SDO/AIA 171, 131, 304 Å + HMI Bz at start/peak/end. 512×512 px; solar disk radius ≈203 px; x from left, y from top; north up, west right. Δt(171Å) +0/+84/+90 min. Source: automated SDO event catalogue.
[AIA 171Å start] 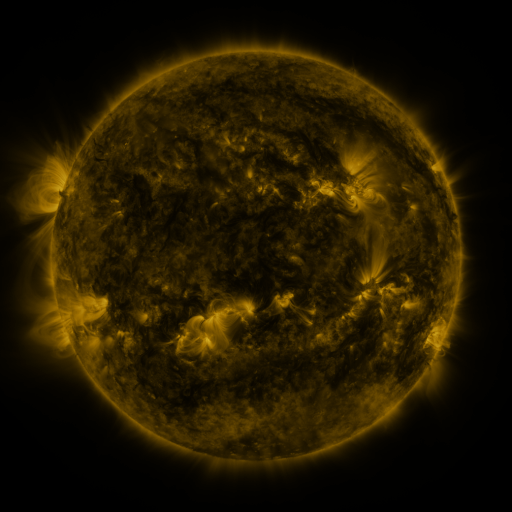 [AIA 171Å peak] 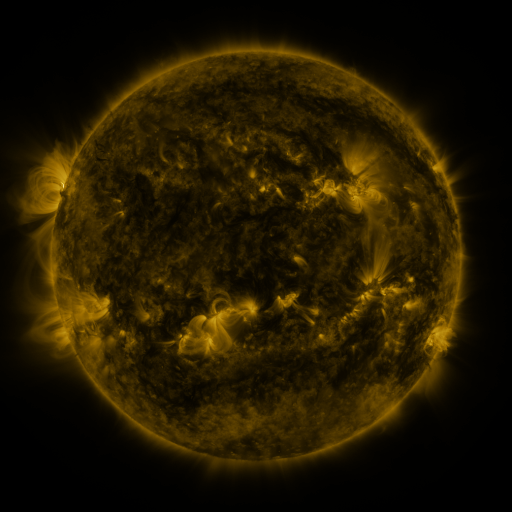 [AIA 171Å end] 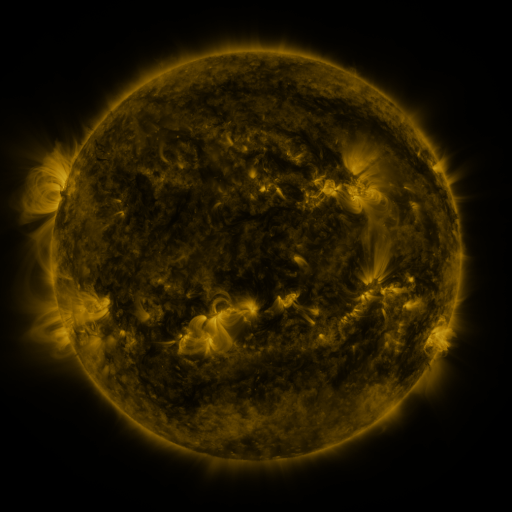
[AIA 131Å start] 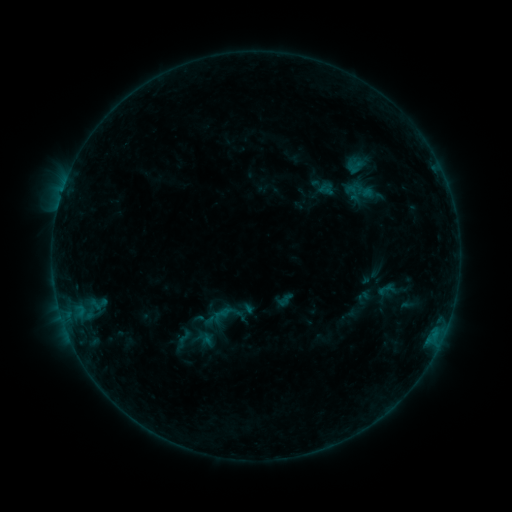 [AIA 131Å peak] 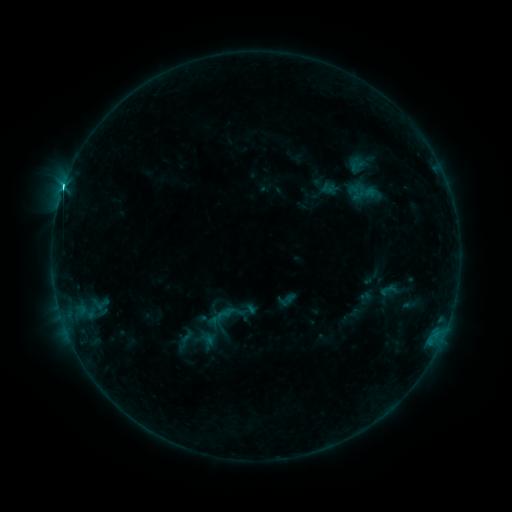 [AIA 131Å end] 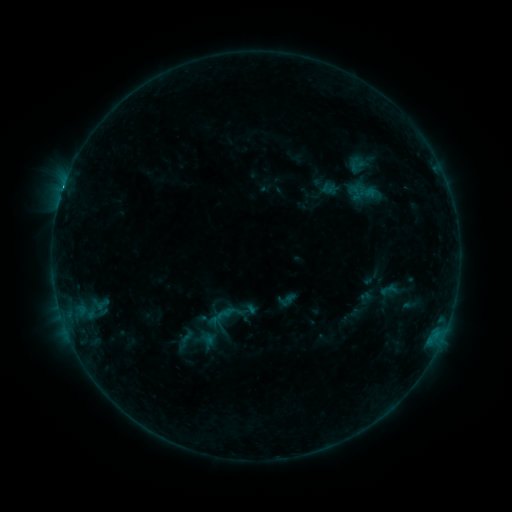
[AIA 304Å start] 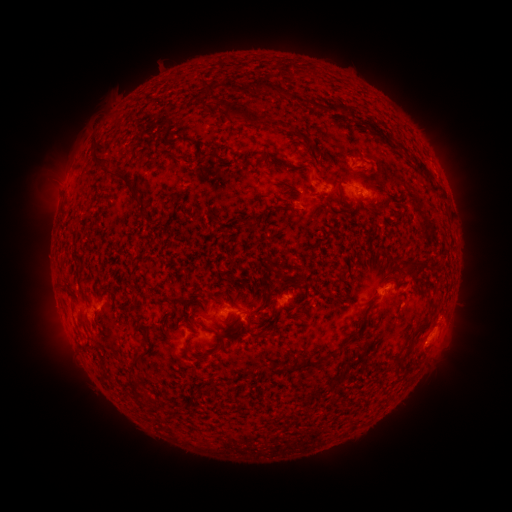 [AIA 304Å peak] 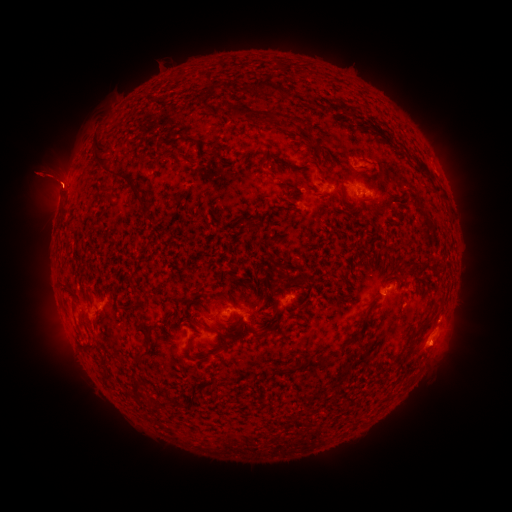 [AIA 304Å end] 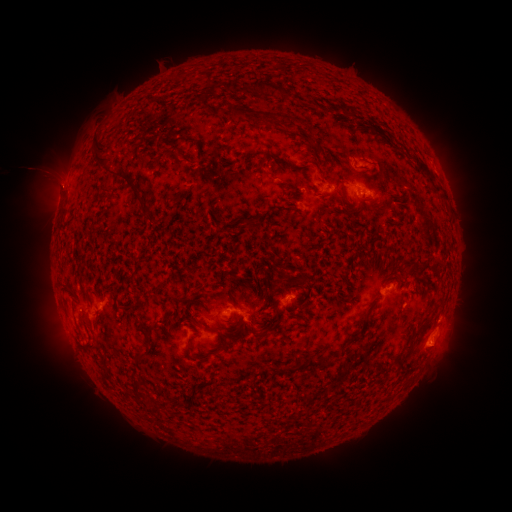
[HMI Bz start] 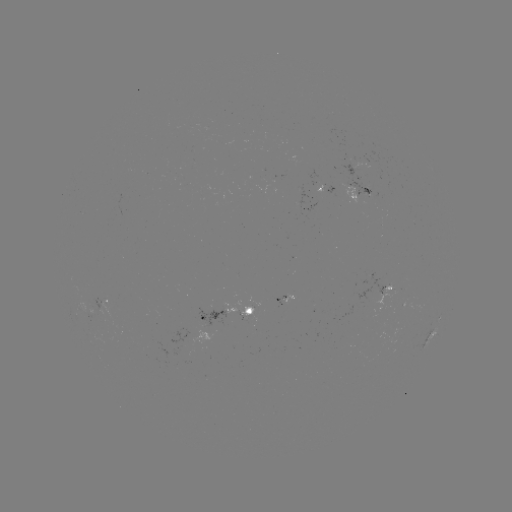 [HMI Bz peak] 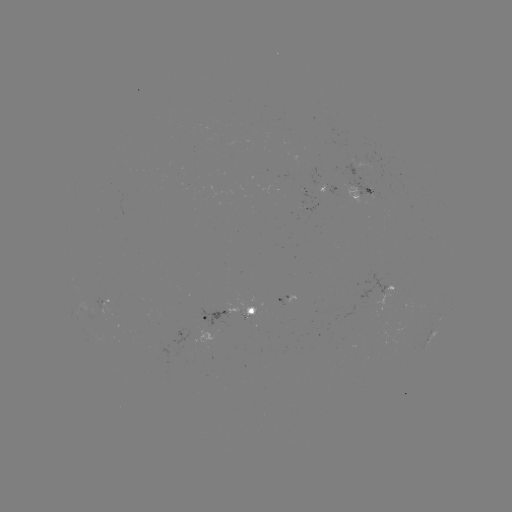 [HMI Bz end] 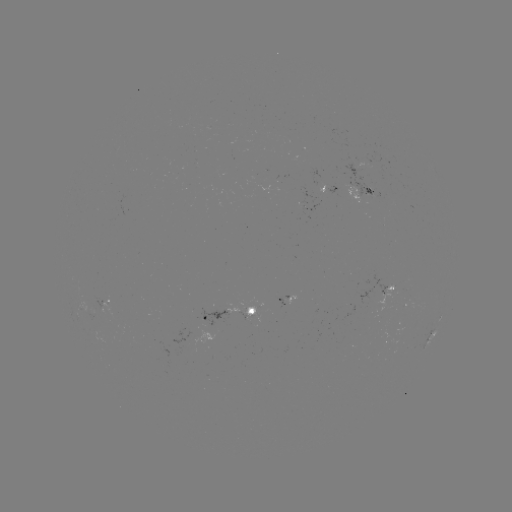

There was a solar flare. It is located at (64, 189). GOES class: C7.7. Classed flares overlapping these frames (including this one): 2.